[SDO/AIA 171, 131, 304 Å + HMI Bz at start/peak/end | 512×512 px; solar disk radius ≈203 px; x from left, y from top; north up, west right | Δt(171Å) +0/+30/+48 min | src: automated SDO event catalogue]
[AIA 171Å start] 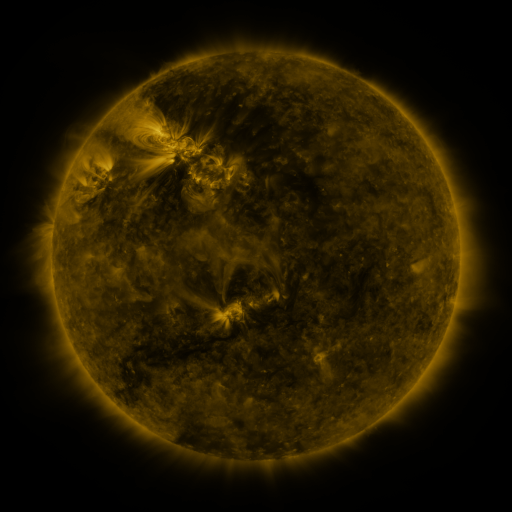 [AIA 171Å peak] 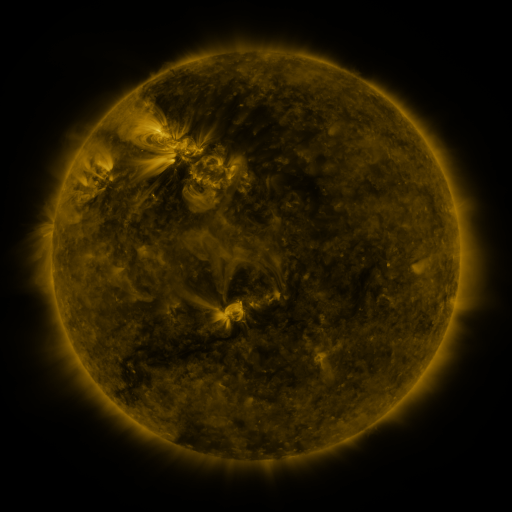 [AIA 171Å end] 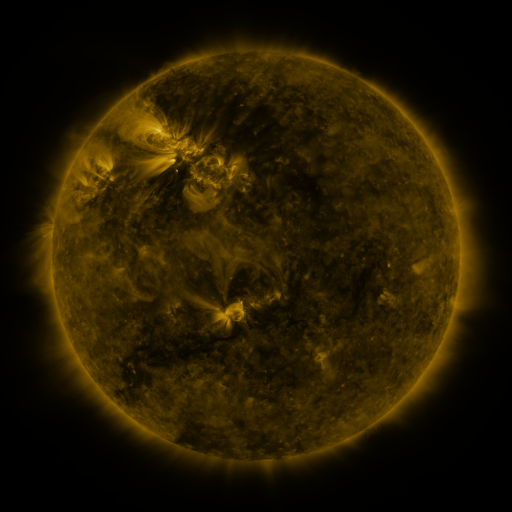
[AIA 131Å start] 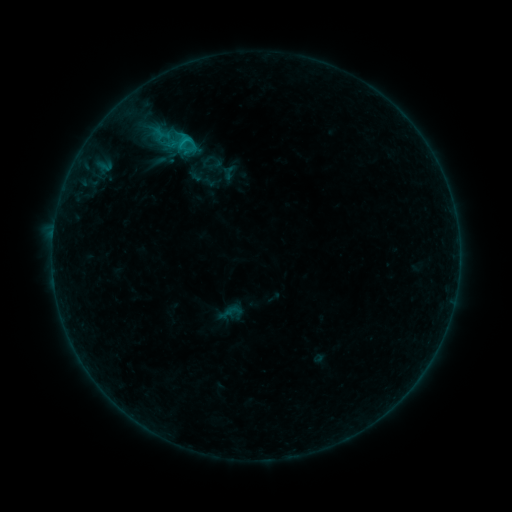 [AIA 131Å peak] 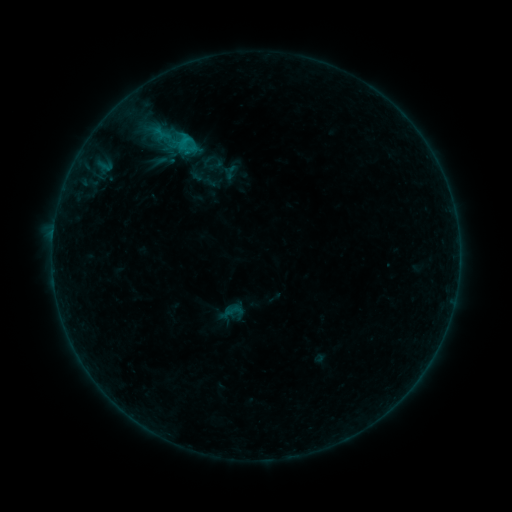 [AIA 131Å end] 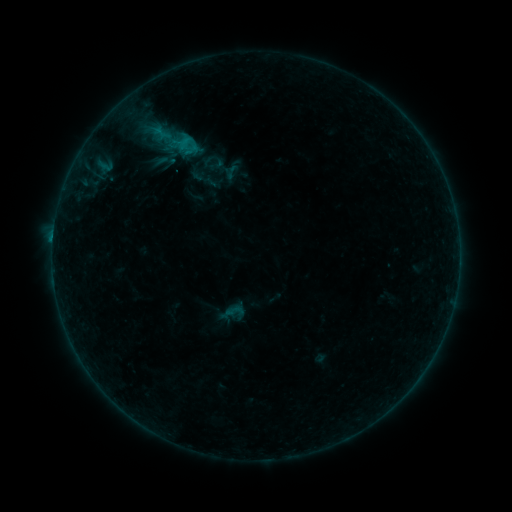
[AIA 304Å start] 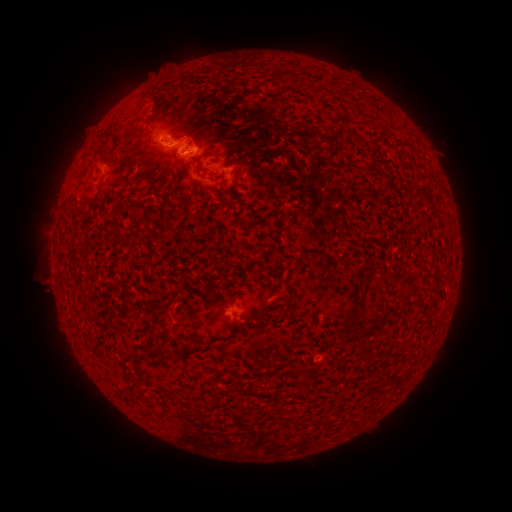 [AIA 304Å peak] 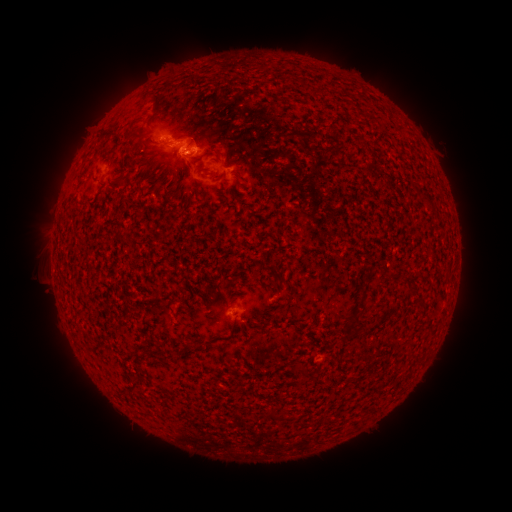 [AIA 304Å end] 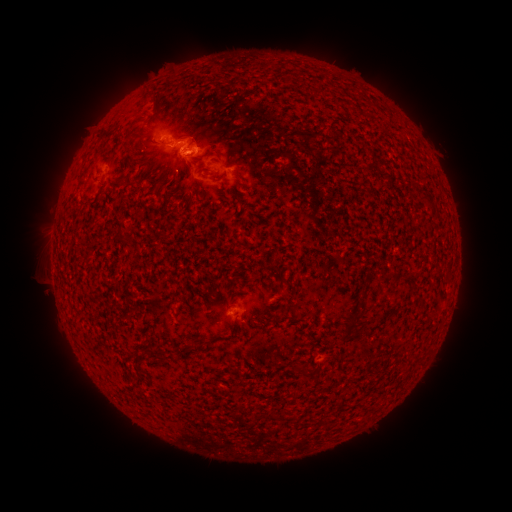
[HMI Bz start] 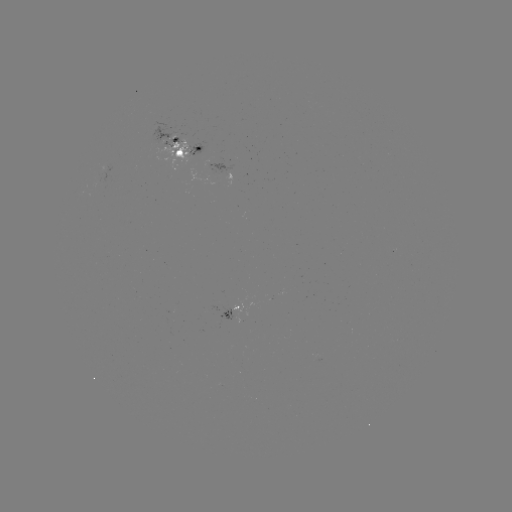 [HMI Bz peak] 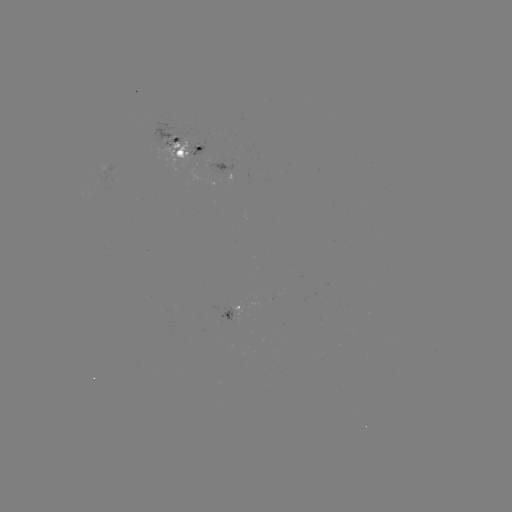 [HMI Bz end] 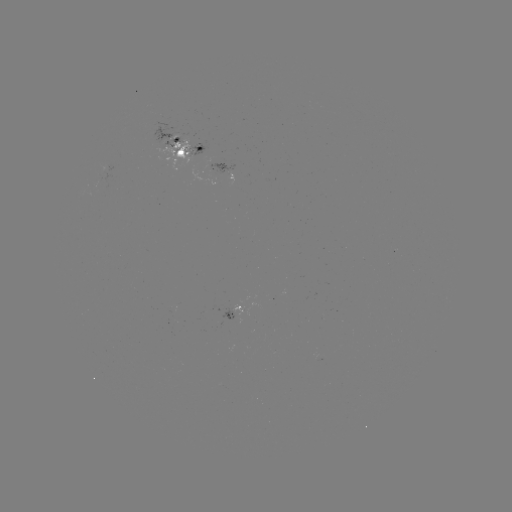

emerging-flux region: <bbox>161, 140, 188, 163</bbox>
